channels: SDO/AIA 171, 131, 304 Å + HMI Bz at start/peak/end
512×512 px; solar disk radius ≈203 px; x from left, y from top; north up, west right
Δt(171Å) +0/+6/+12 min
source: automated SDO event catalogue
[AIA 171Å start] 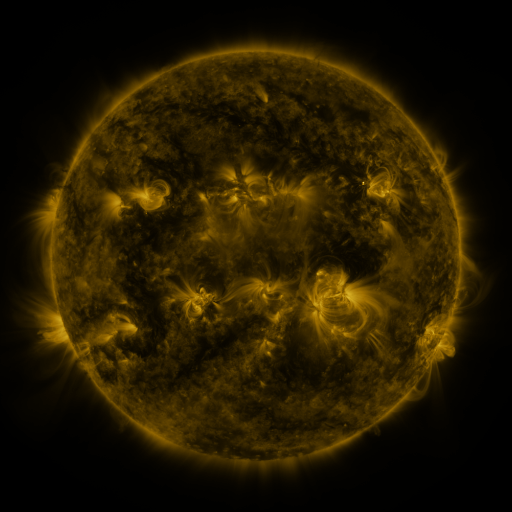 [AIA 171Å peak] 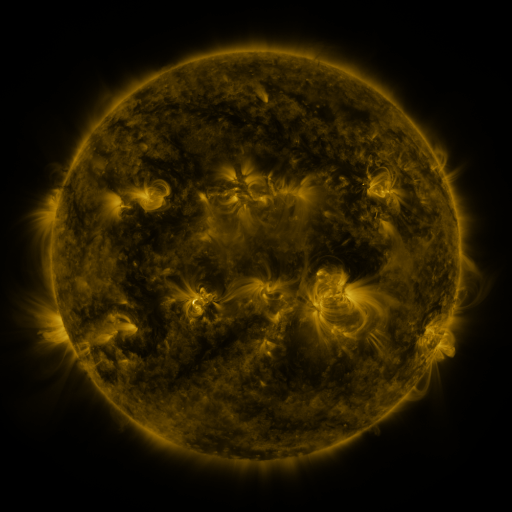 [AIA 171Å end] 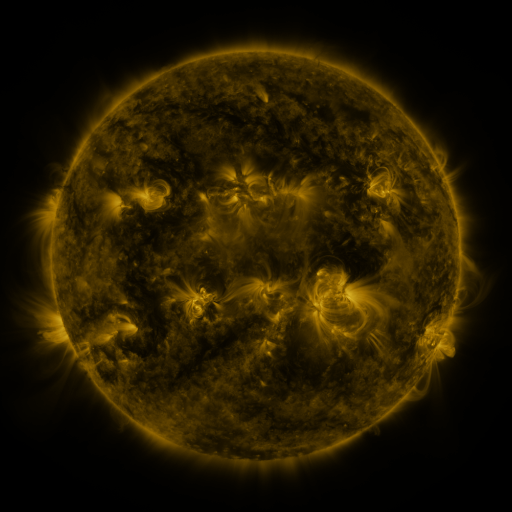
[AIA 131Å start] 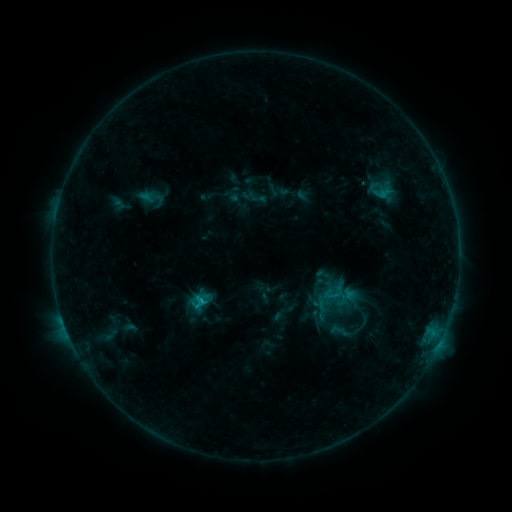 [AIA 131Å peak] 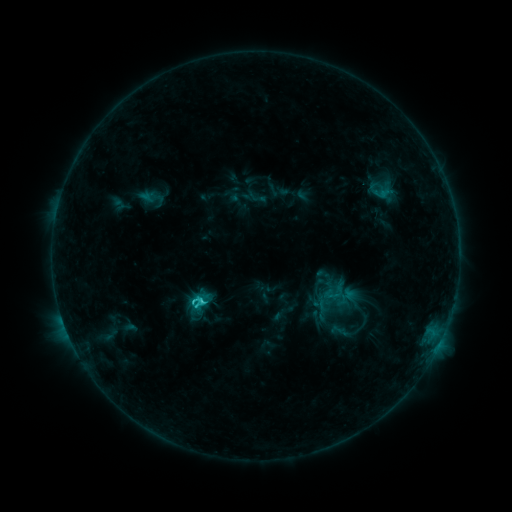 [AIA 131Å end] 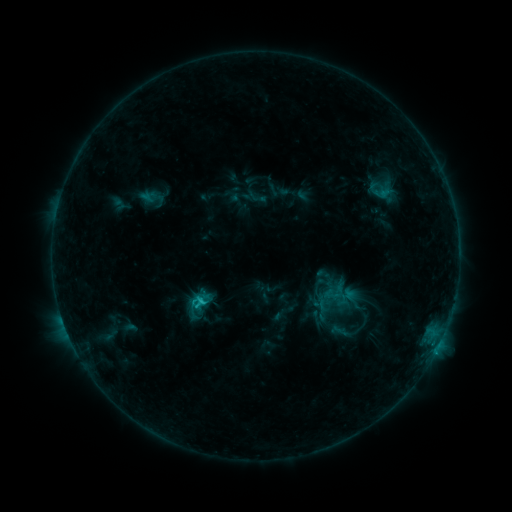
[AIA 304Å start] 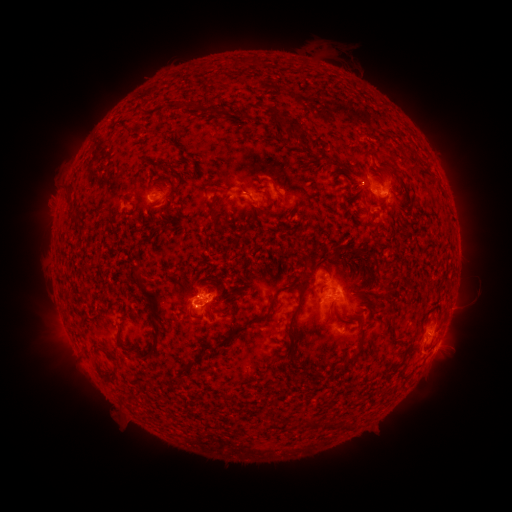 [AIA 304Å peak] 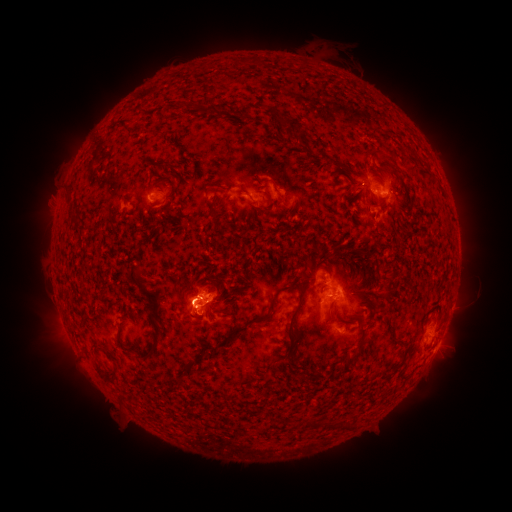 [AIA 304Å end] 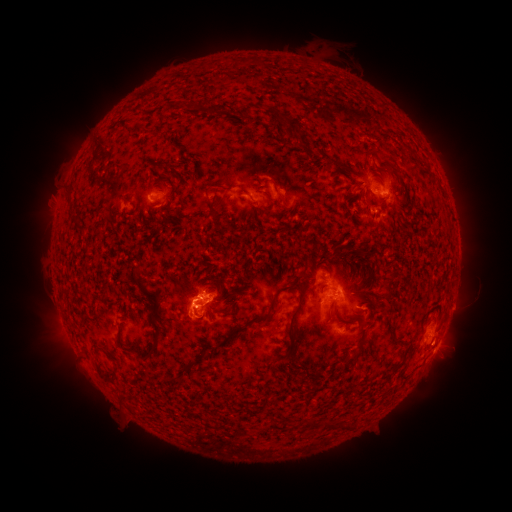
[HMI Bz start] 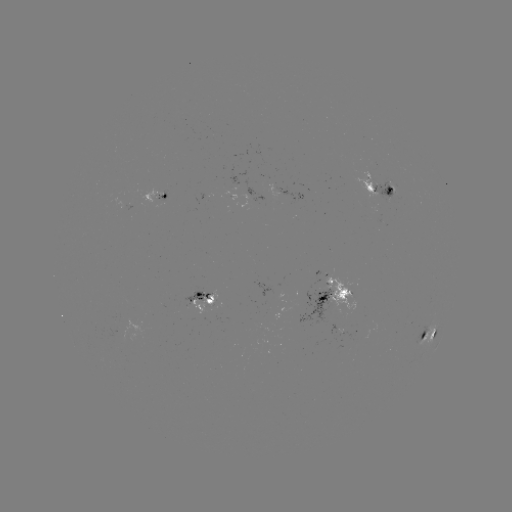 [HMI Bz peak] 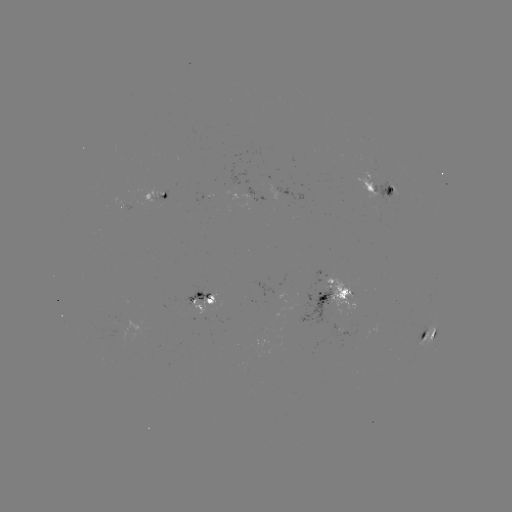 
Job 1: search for C2.4 flare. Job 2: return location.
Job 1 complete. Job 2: [202, 299].